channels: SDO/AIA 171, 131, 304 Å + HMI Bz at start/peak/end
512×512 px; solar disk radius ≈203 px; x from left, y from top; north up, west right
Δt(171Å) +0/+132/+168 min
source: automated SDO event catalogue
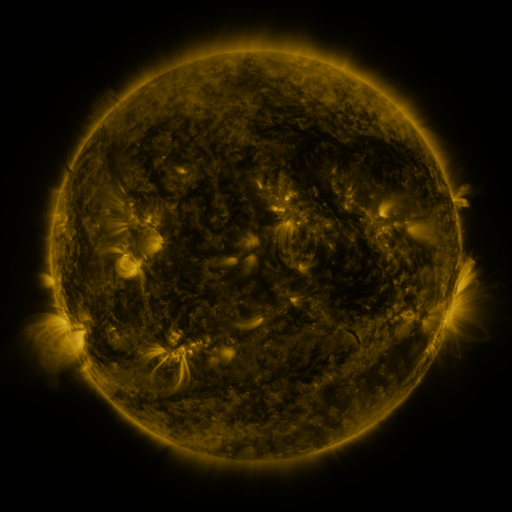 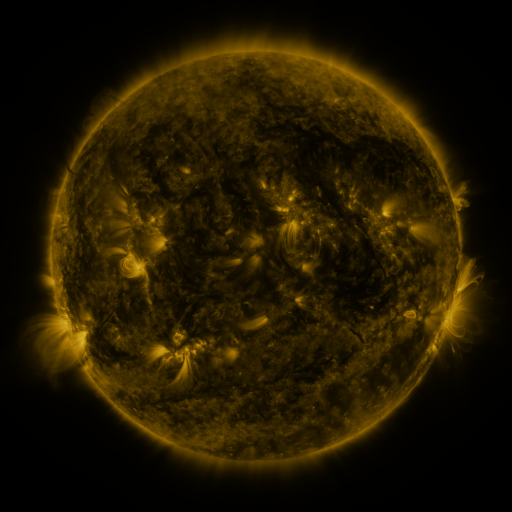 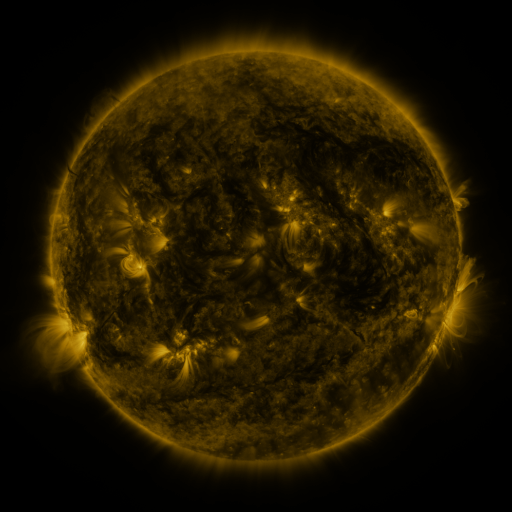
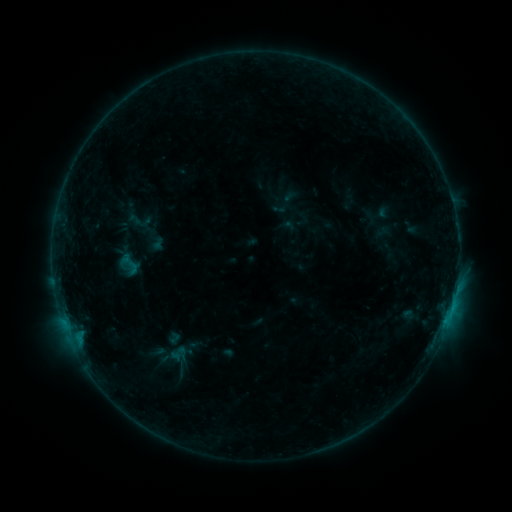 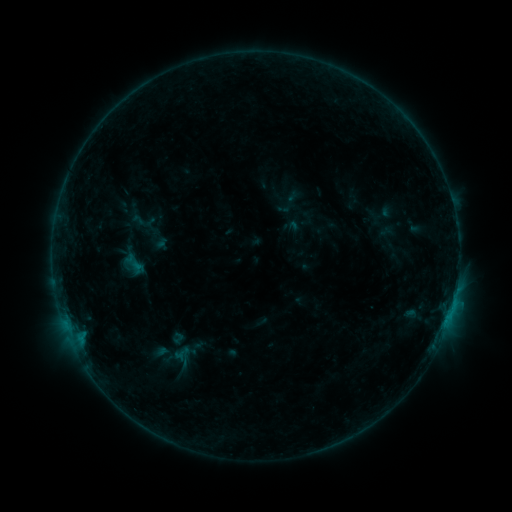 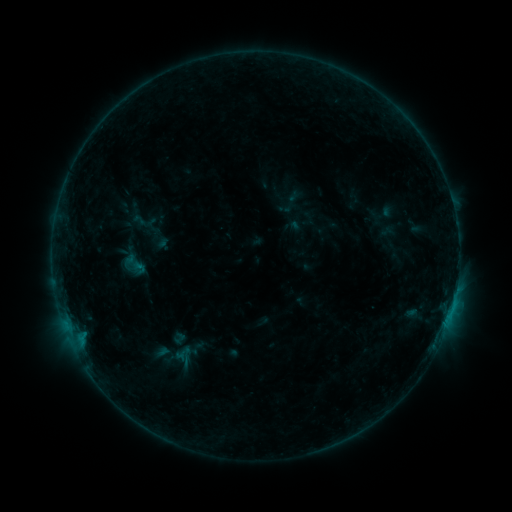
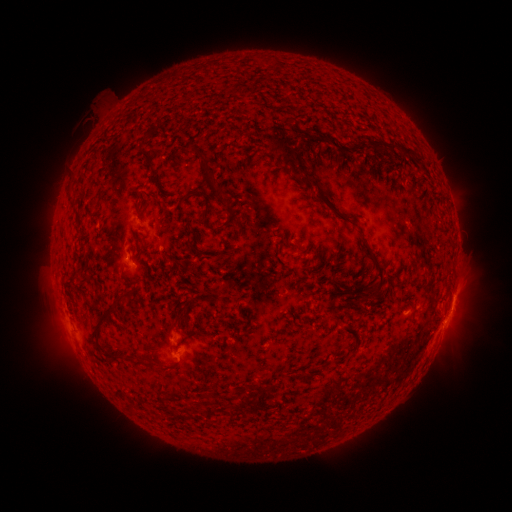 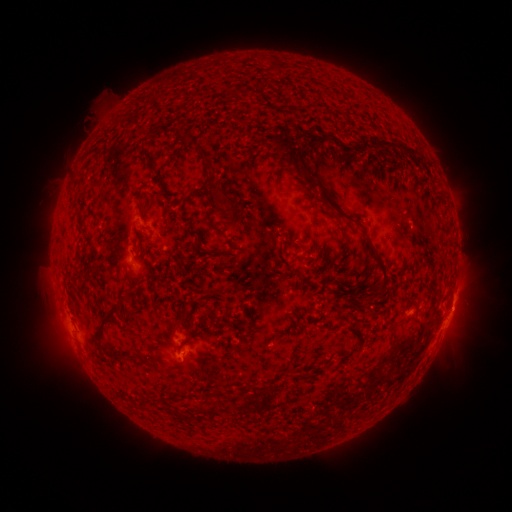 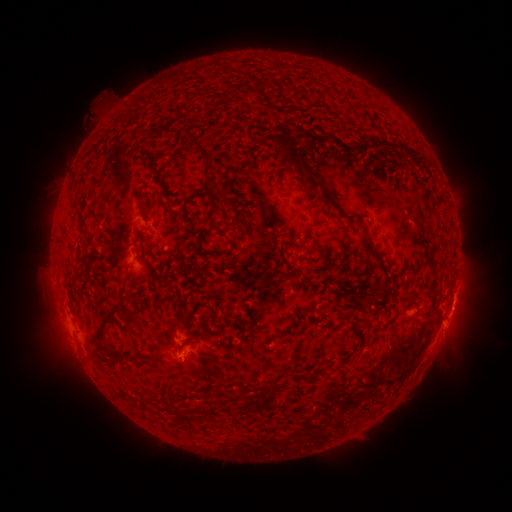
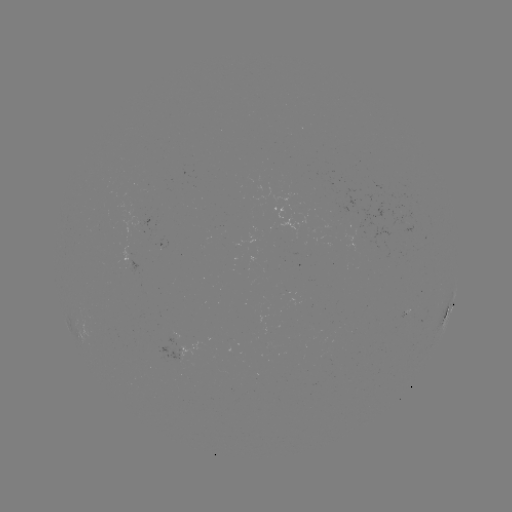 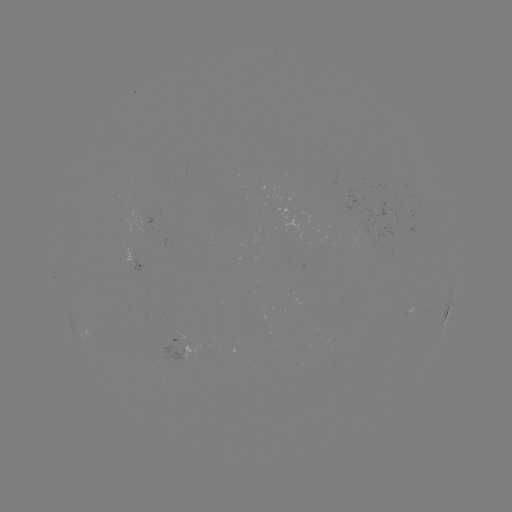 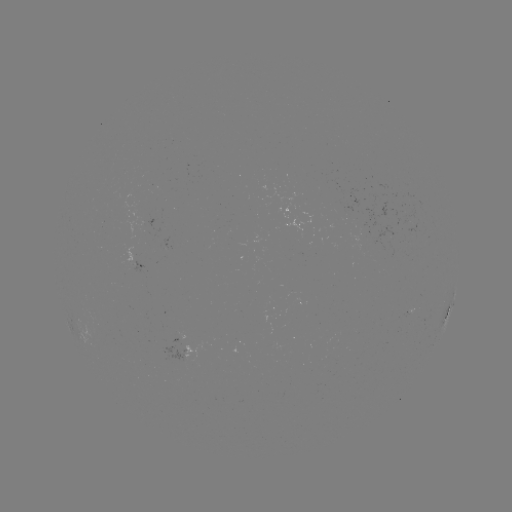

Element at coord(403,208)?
emerging-flux region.